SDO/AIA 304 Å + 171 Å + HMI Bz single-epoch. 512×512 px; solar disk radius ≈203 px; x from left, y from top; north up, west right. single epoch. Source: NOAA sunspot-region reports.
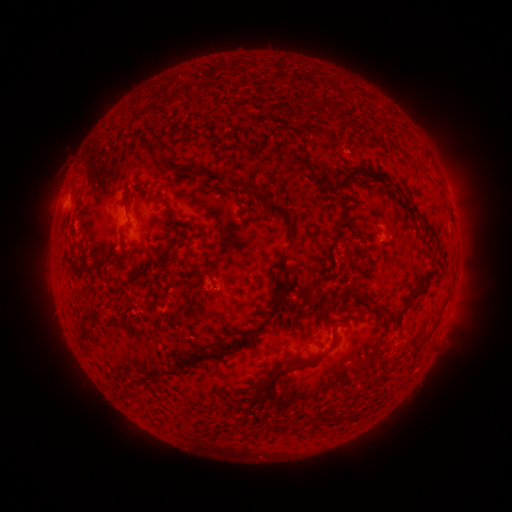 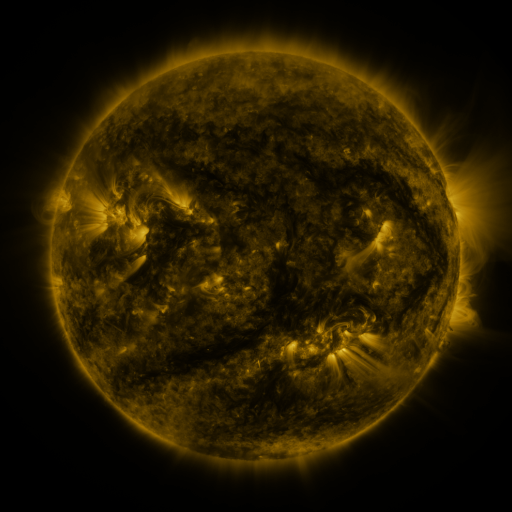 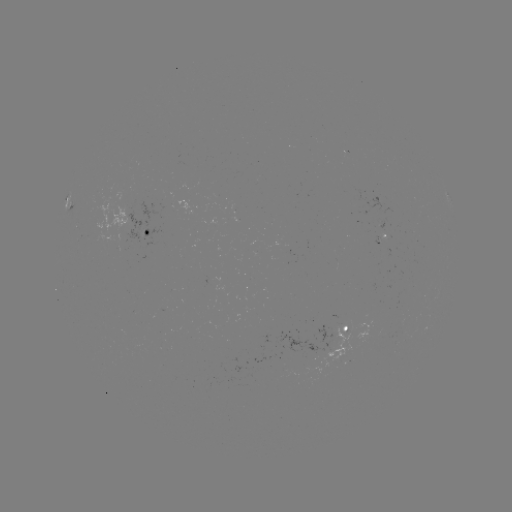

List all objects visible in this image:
spotted active region: (454, 213)
spotted active region: (155, 230)
spotted active region: (350, 331)
